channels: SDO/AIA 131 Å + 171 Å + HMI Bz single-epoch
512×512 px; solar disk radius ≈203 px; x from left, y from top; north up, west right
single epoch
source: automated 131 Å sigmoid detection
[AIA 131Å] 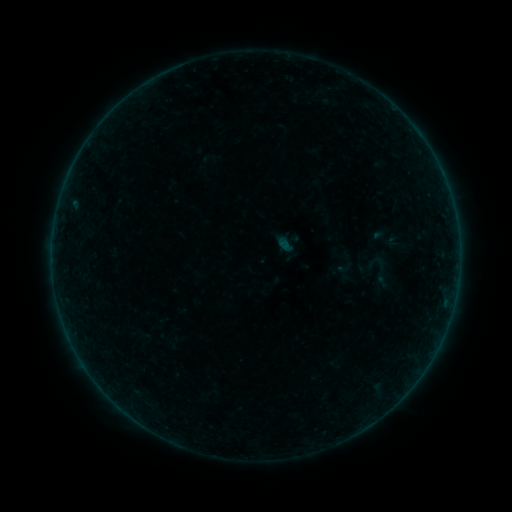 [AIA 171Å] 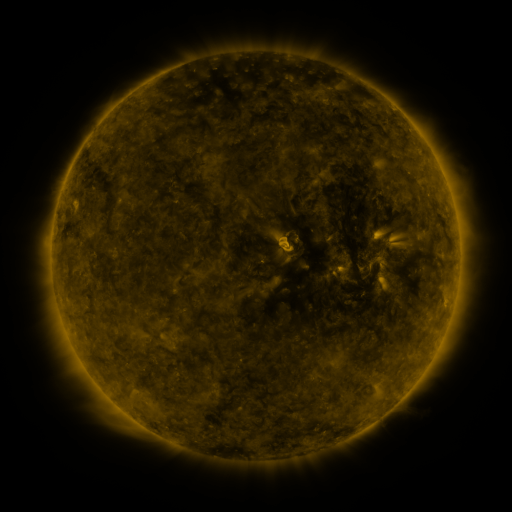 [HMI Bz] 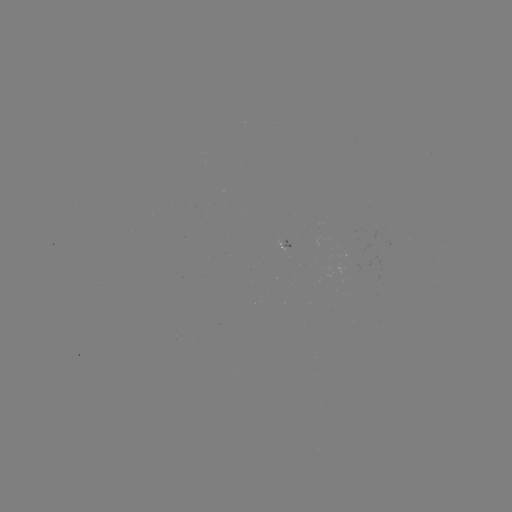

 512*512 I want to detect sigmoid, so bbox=[359, 252, 399, 291].